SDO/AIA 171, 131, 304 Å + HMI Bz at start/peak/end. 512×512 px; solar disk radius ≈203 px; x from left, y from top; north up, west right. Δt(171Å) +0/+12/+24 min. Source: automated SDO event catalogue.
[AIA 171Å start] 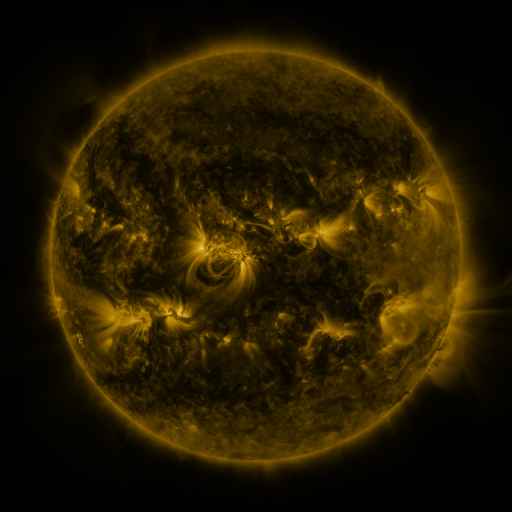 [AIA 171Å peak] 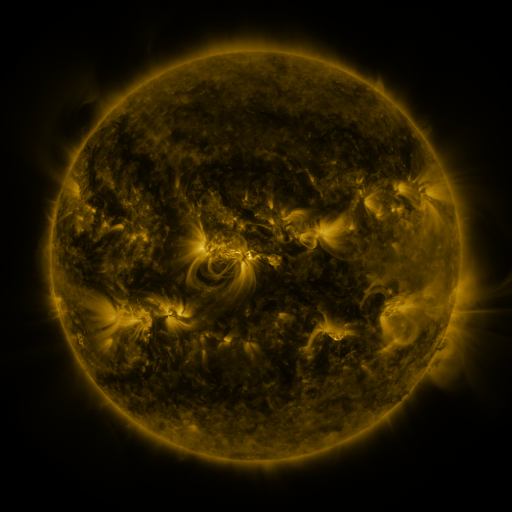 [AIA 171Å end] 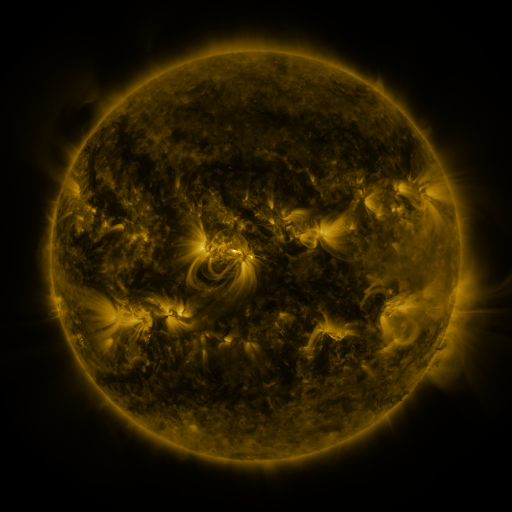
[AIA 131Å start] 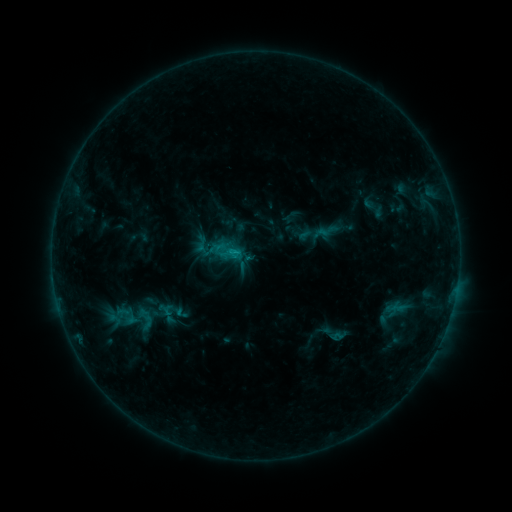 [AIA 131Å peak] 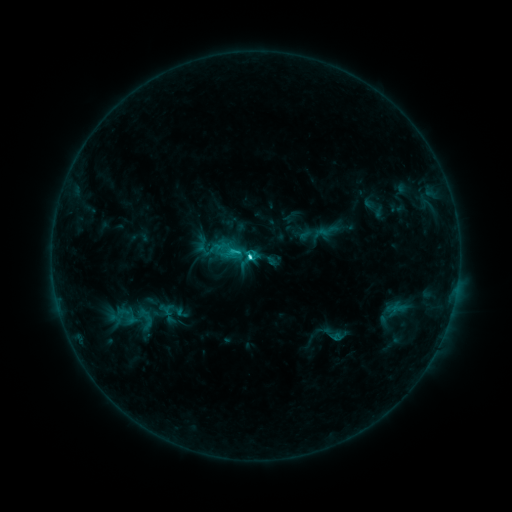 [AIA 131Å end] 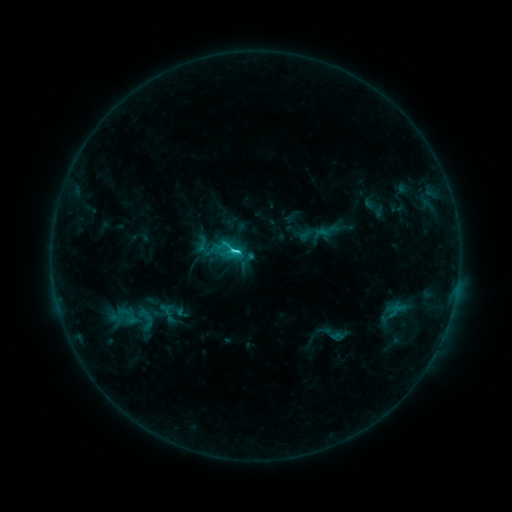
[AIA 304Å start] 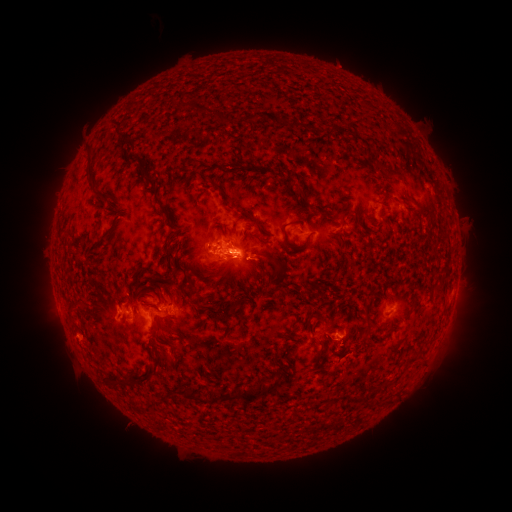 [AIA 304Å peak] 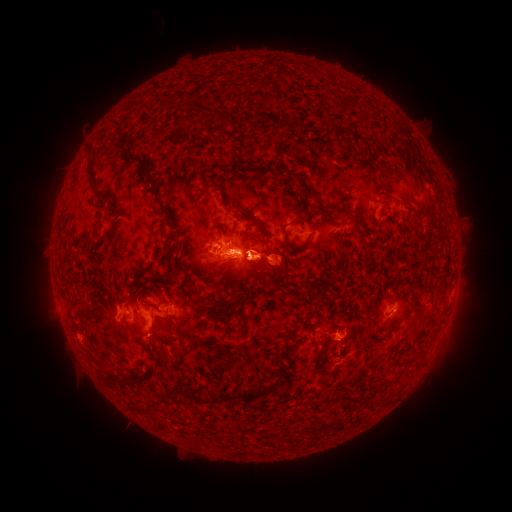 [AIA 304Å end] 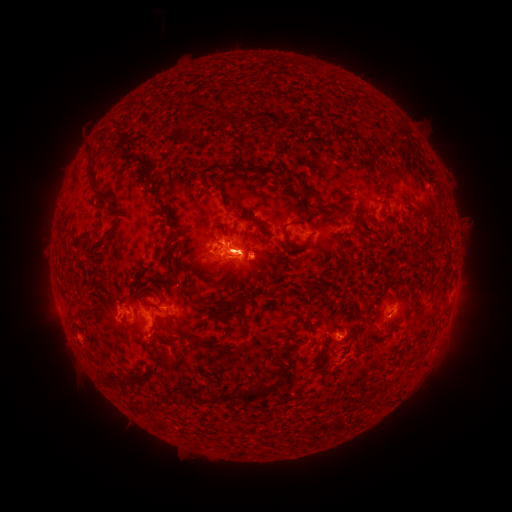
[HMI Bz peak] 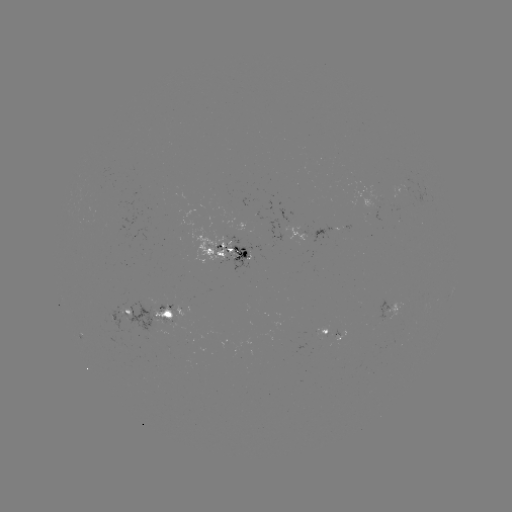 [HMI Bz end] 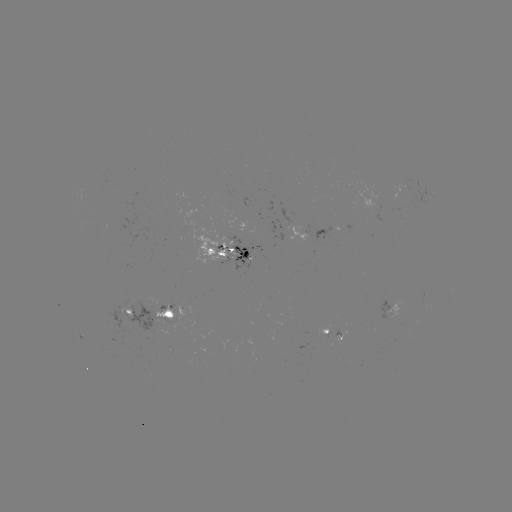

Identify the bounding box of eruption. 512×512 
[188, 203, 342, 325].